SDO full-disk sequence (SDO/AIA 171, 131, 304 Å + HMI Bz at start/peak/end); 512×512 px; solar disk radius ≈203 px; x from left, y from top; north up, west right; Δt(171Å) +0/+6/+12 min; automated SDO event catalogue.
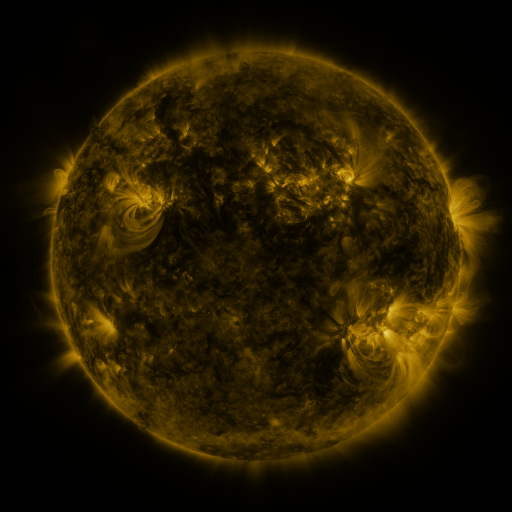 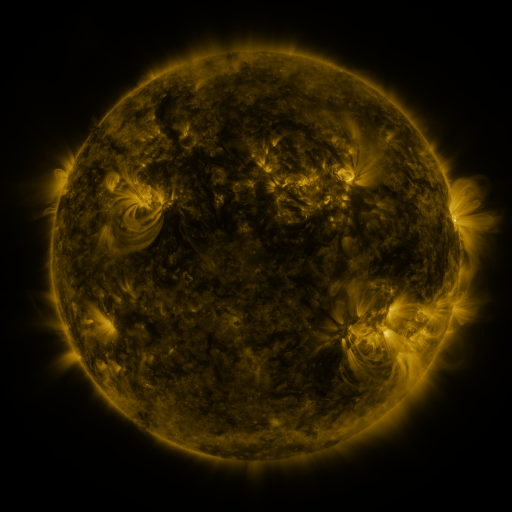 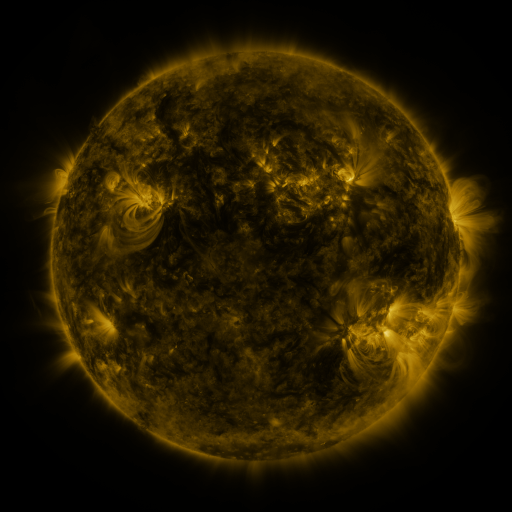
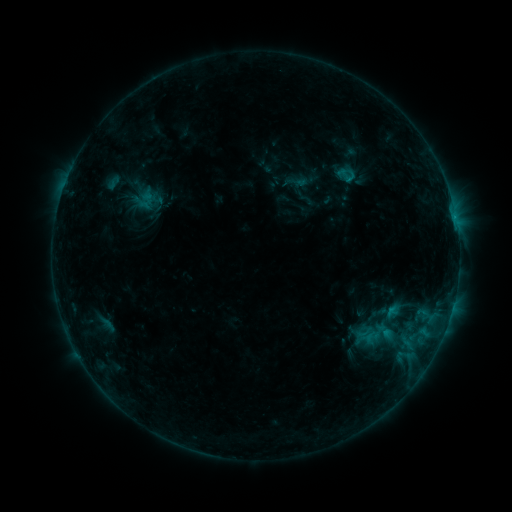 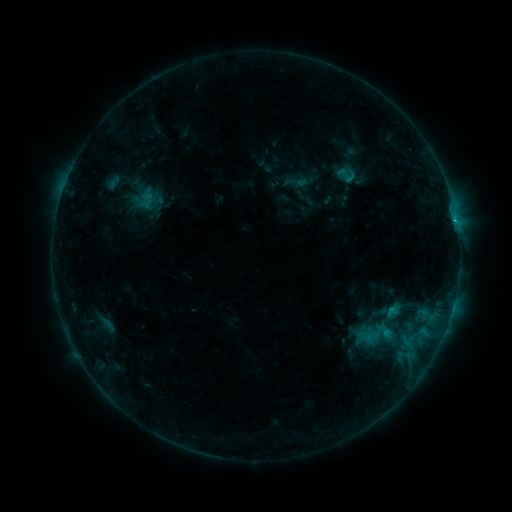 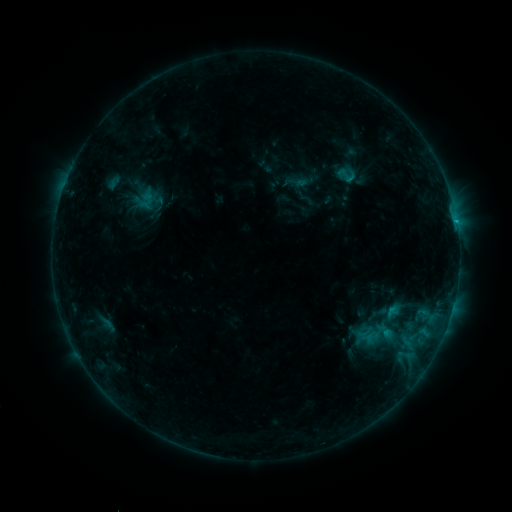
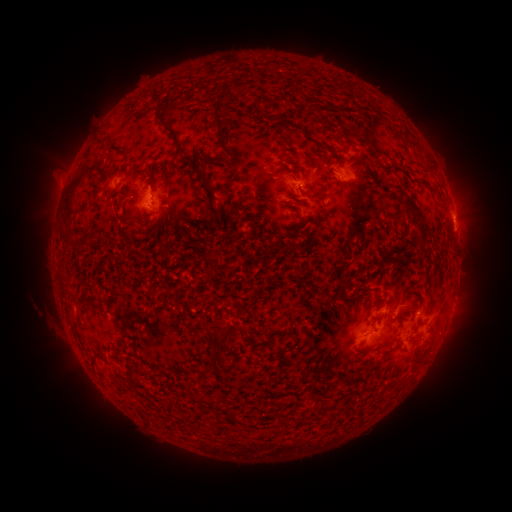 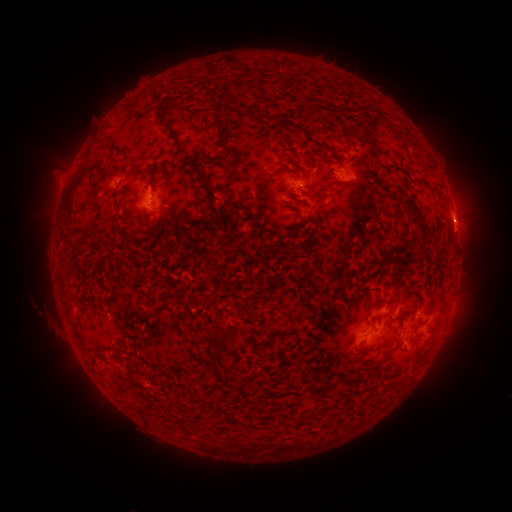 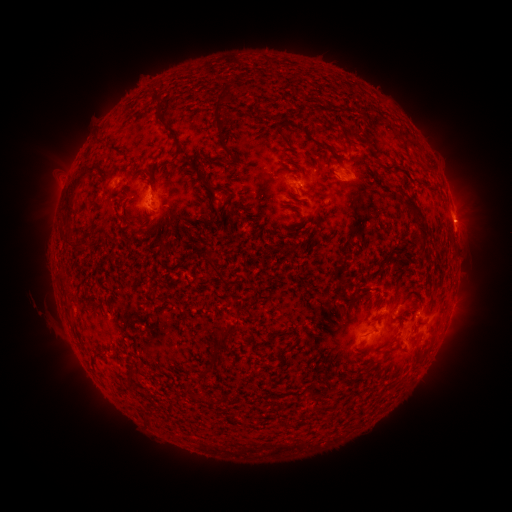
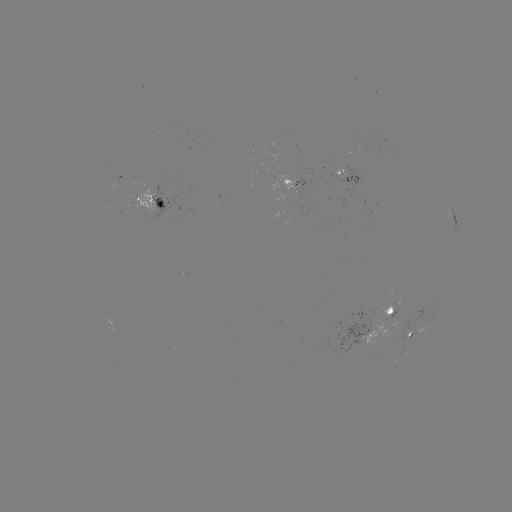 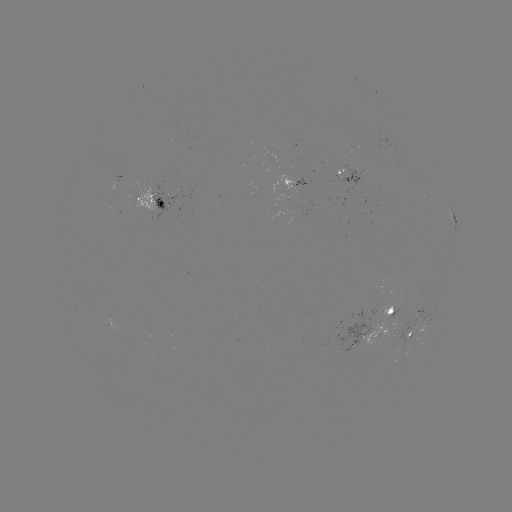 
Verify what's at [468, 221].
eruption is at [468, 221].